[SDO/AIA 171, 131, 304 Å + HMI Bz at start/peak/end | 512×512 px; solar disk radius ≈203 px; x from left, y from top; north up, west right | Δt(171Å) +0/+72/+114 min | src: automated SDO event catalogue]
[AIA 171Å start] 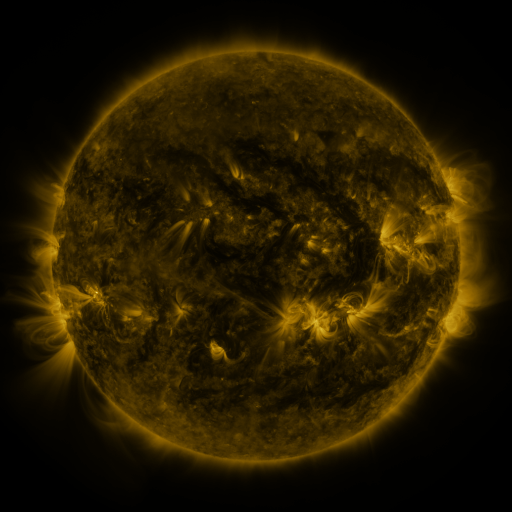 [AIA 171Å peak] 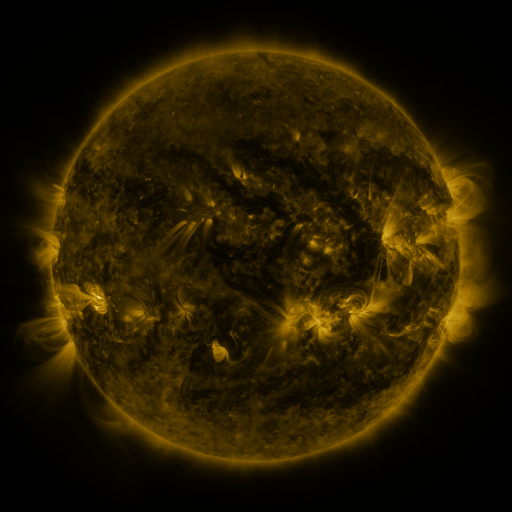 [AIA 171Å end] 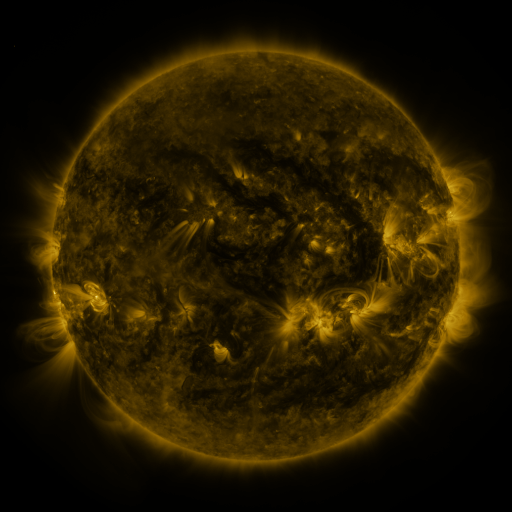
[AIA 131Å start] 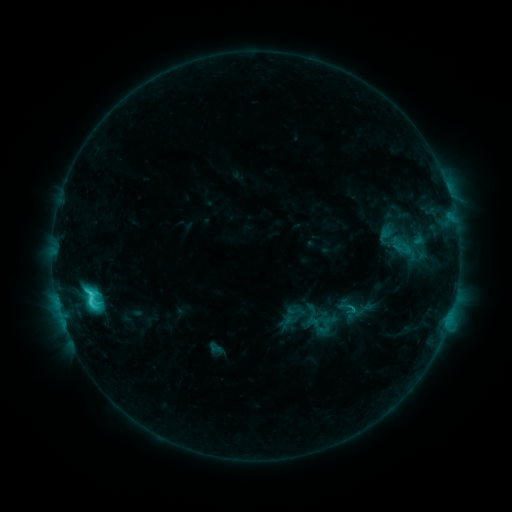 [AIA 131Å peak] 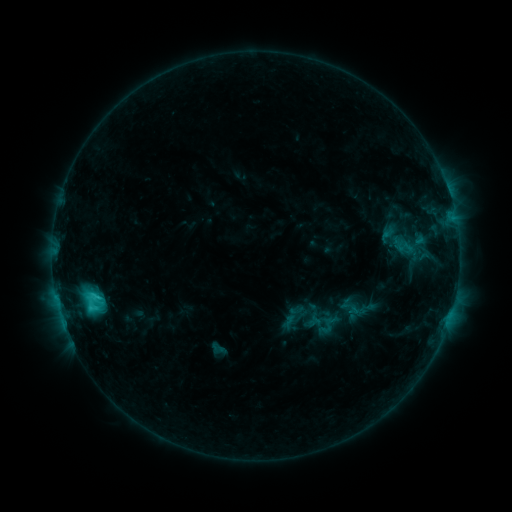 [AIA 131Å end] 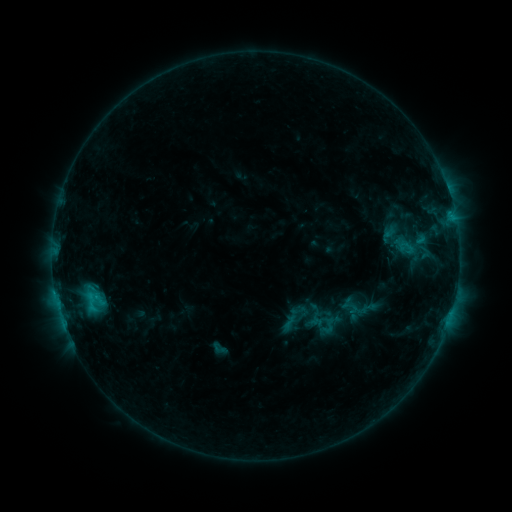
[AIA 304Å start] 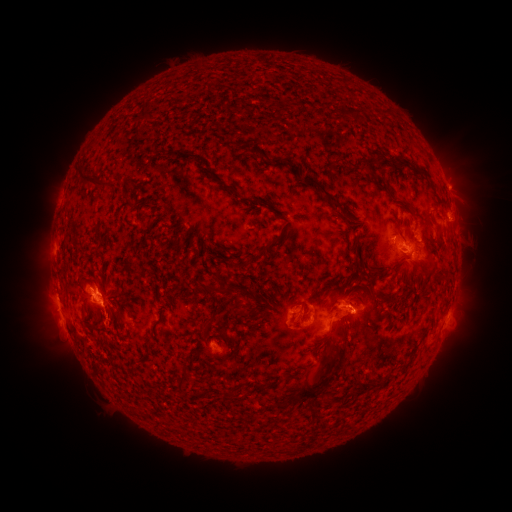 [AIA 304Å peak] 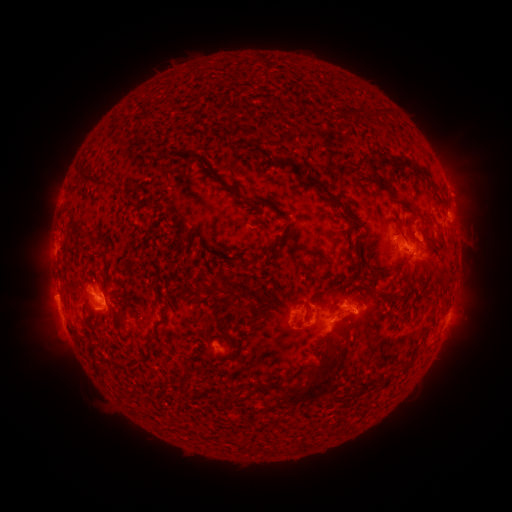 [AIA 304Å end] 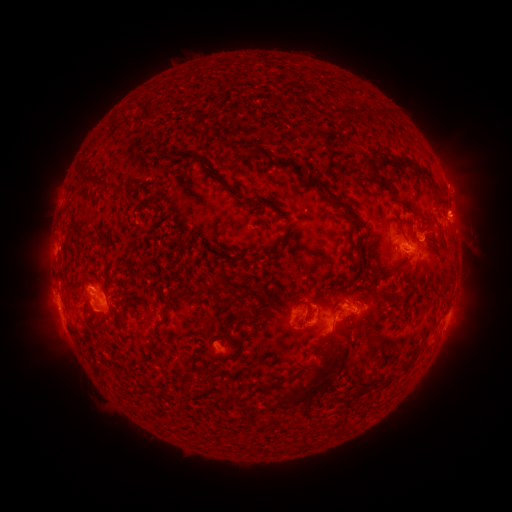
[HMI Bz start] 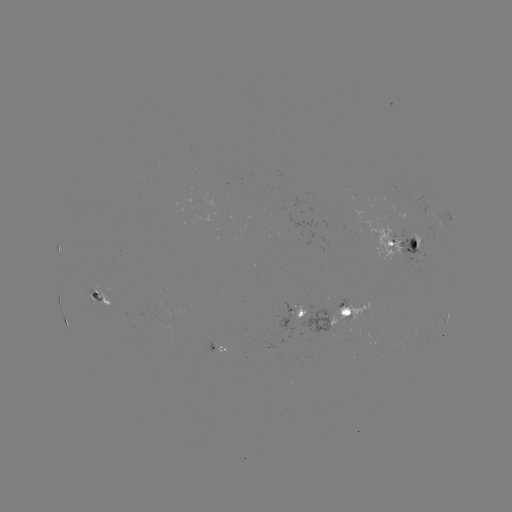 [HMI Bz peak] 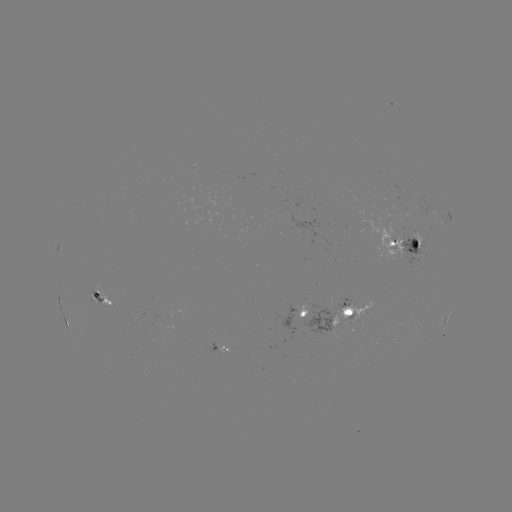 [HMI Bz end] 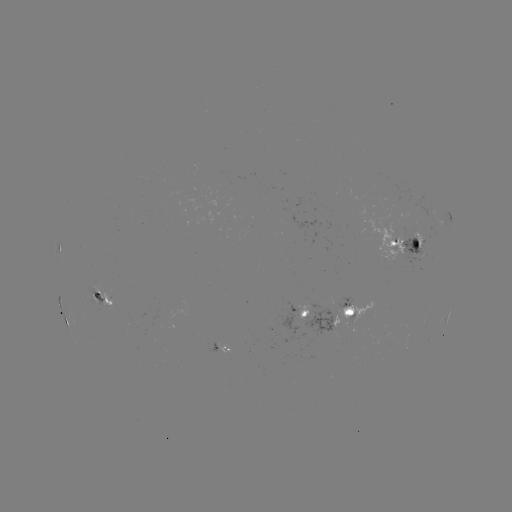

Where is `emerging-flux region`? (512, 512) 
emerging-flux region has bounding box [396, 226, 425, 265].